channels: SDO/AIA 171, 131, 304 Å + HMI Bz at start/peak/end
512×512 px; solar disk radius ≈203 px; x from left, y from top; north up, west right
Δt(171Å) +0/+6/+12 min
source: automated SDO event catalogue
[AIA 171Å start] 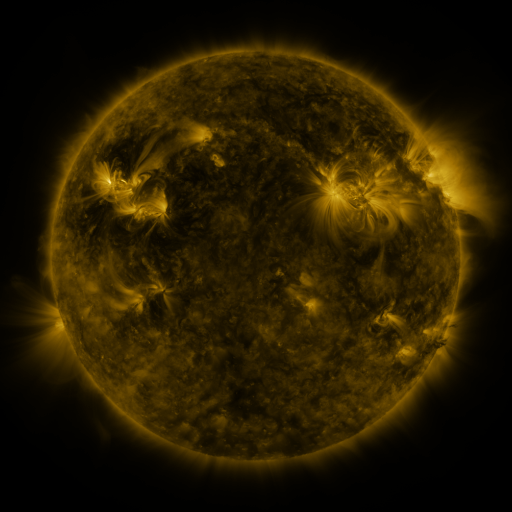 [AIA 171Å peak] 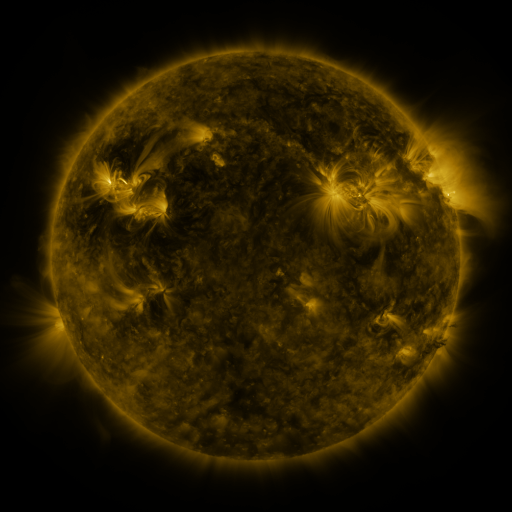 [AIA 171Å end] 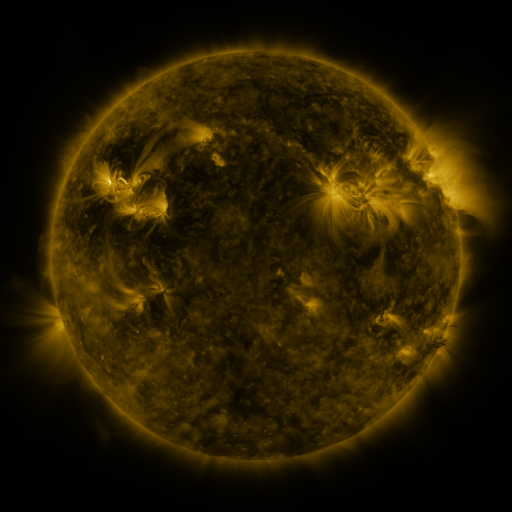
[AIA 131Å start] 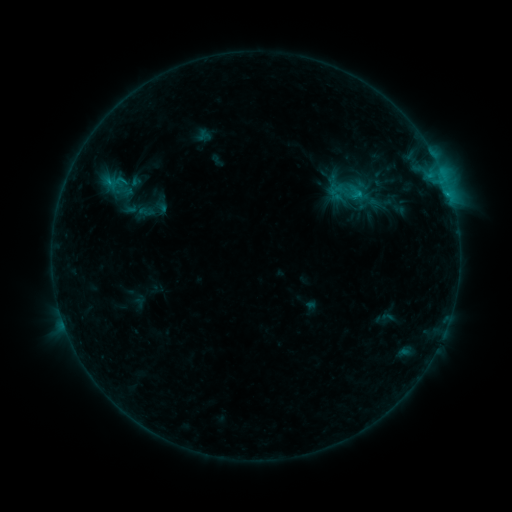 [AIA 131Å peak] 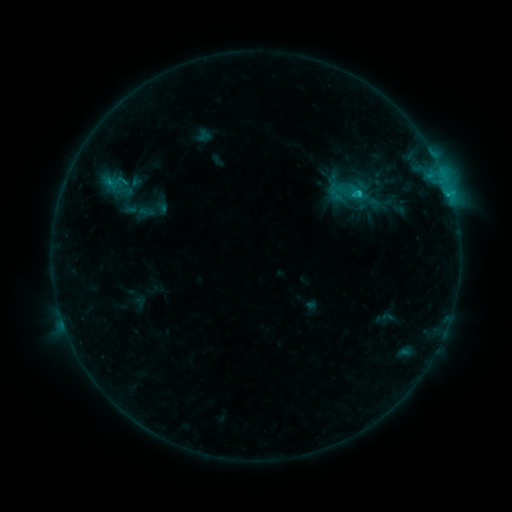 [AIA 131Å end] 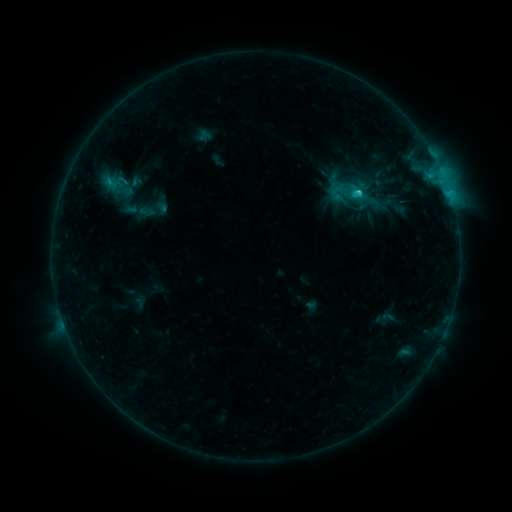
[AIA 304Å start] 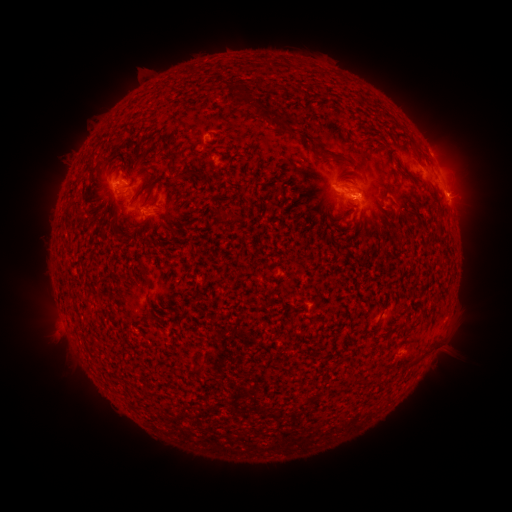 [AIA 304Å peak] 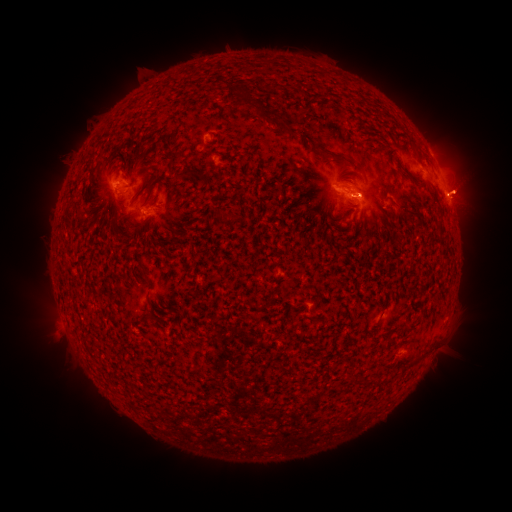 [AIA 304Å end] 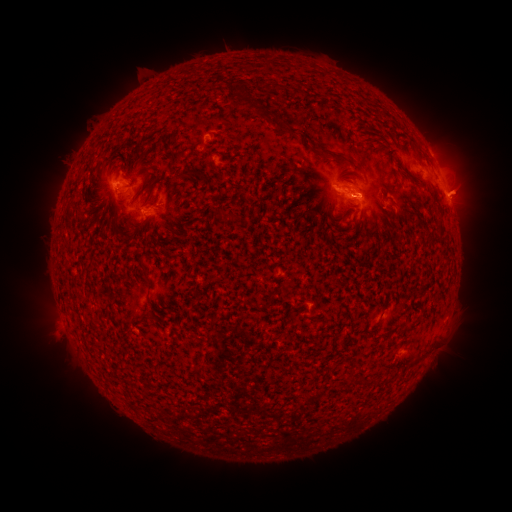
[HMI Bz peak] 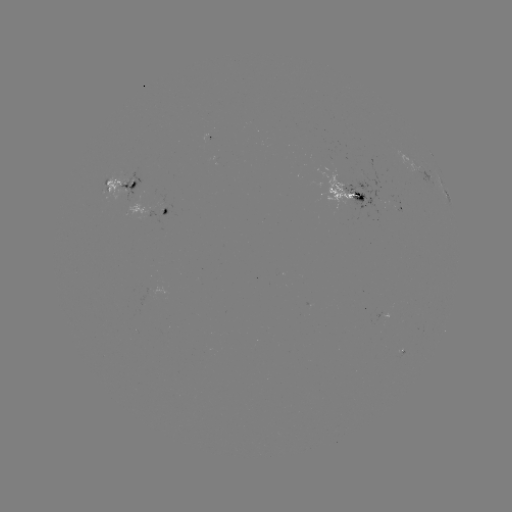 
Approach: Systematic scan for C2.1 flare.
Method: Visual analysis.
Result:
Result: C2.1 flare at [358, 193].